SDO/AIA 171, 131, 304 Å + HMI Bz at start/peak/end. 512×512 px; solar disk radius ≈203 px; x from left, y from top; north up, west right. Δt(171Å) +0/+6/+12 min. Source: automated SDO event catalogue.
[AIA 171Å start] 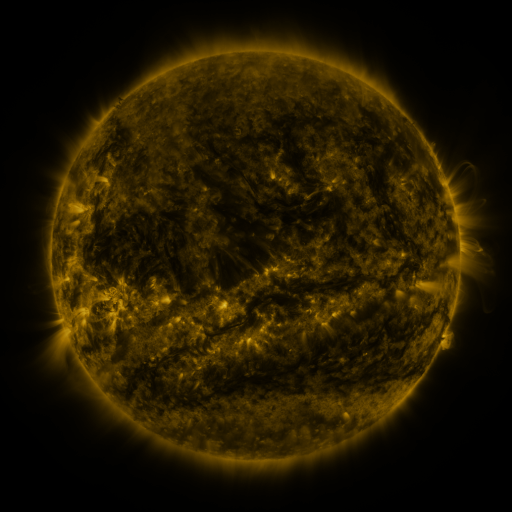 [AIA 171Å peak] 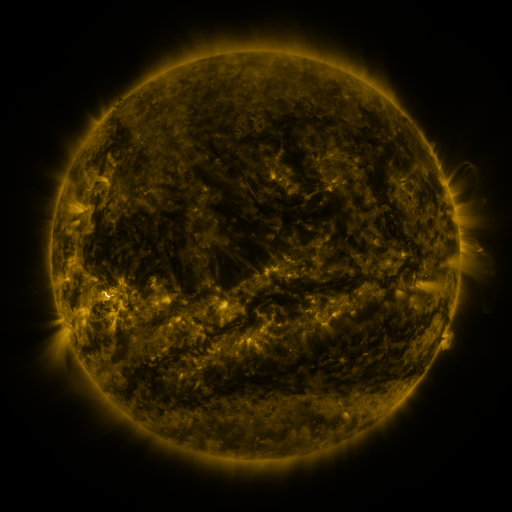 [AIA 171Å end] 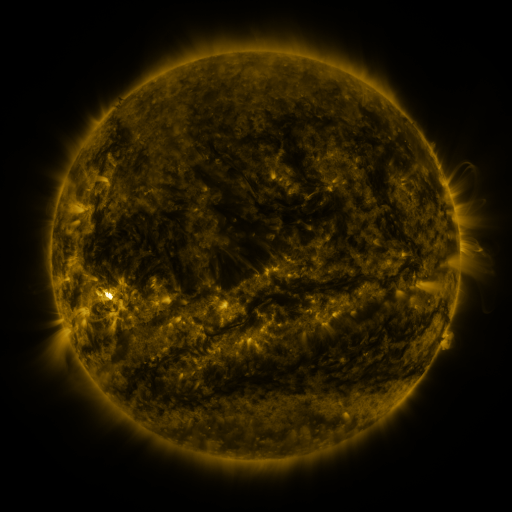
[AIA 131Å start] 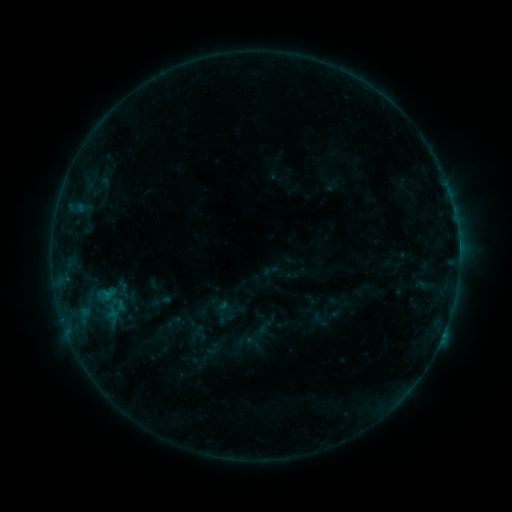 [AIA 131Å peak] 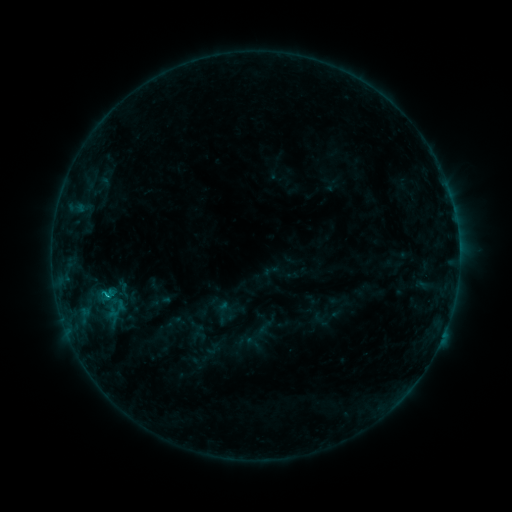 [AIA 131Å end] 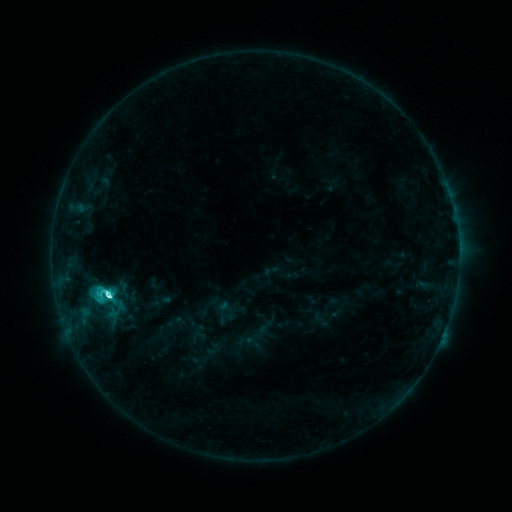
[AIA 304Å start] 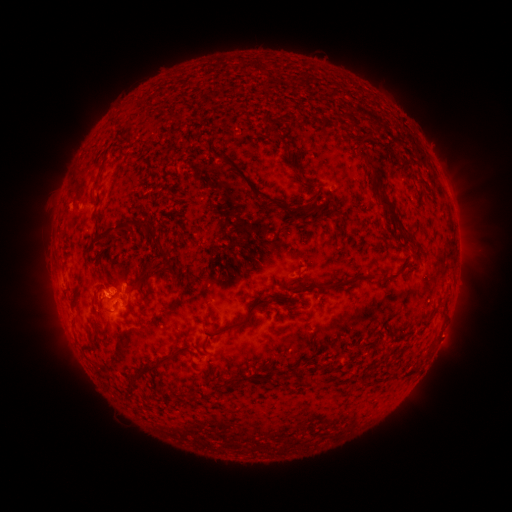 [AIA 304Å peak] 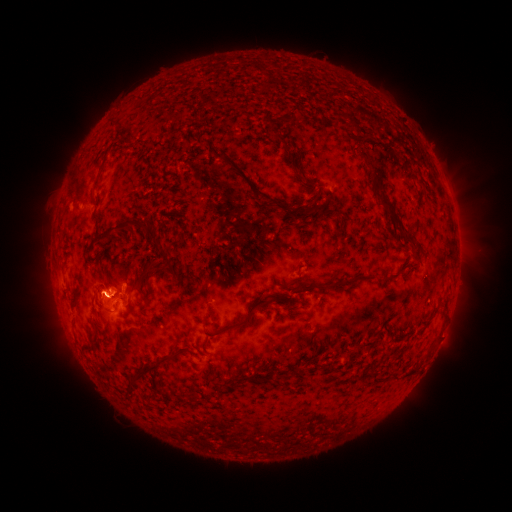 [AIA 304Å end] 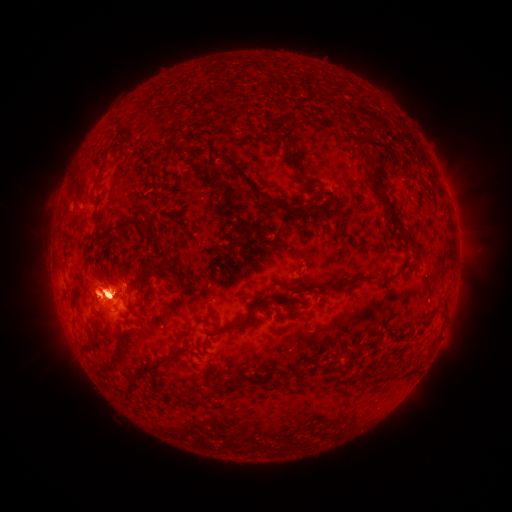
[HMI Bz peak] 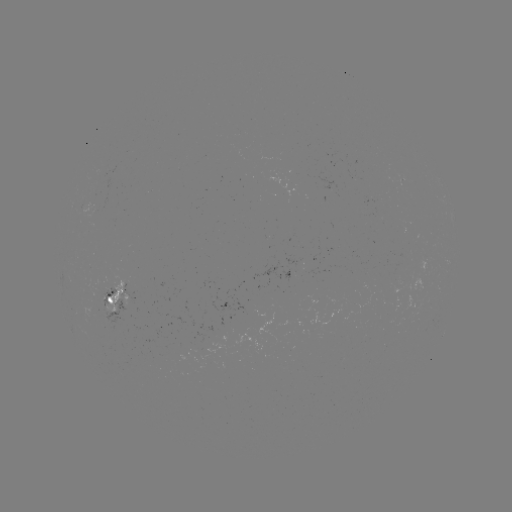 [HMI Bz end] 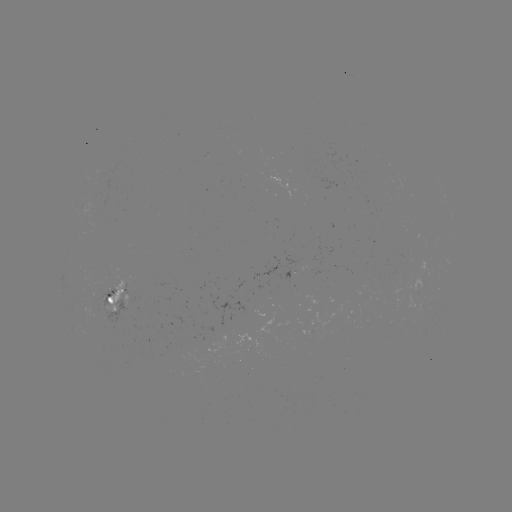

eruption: (25, 263, 62, 318)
